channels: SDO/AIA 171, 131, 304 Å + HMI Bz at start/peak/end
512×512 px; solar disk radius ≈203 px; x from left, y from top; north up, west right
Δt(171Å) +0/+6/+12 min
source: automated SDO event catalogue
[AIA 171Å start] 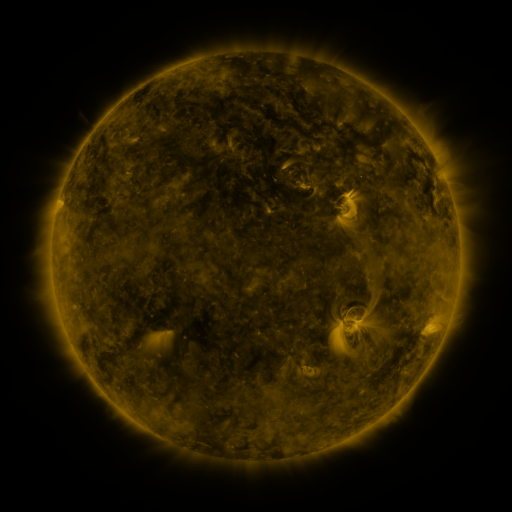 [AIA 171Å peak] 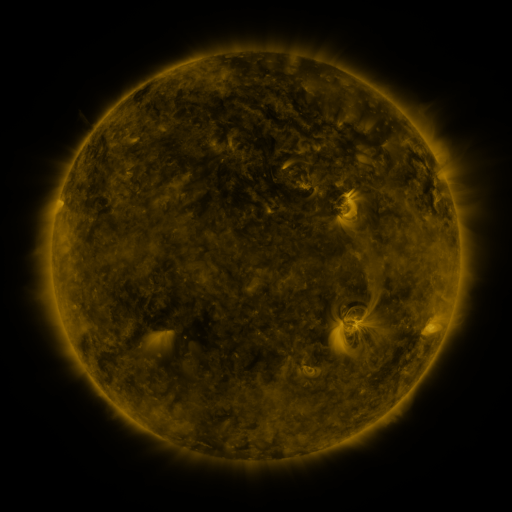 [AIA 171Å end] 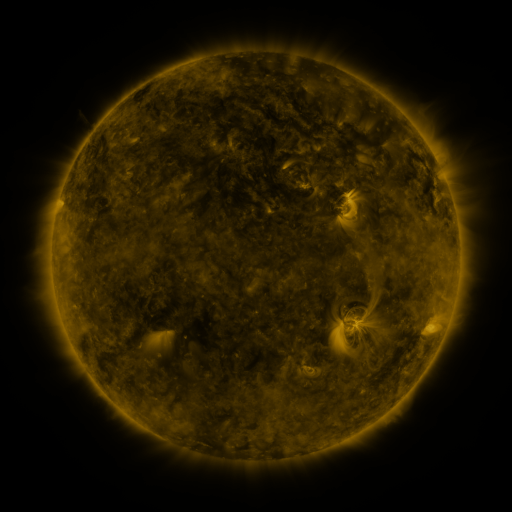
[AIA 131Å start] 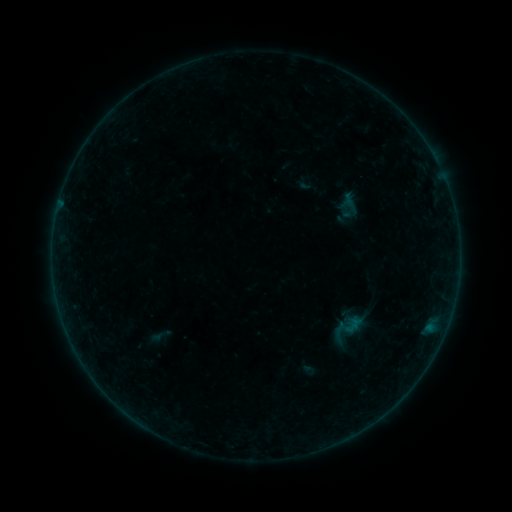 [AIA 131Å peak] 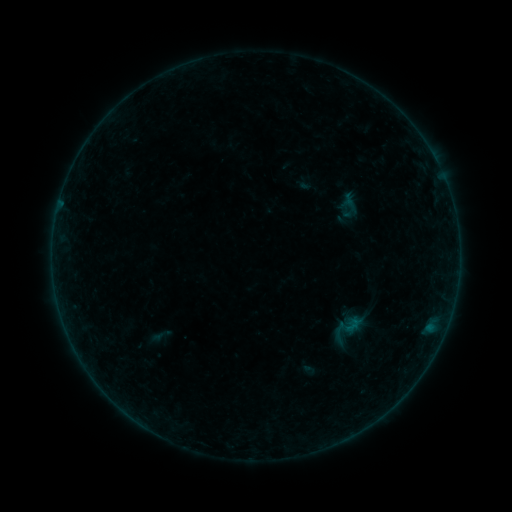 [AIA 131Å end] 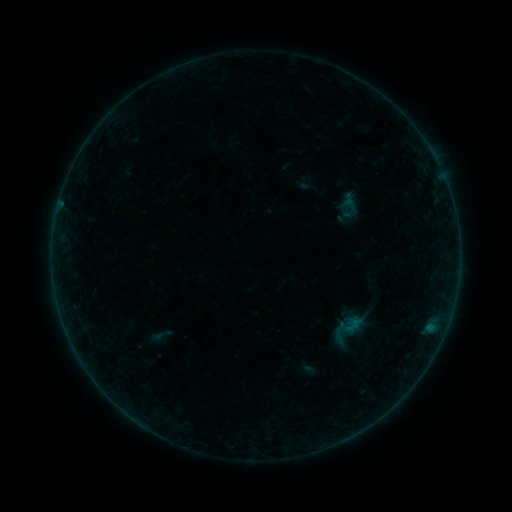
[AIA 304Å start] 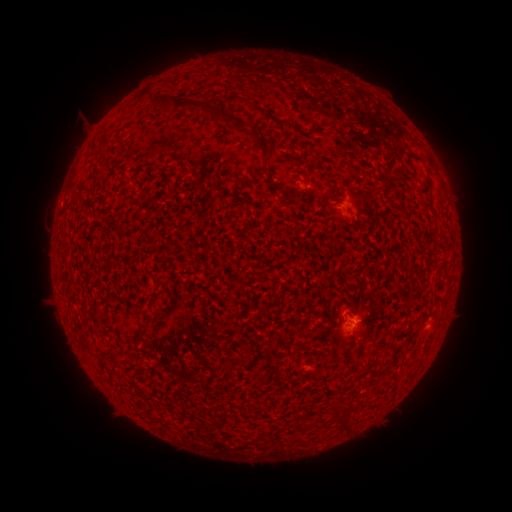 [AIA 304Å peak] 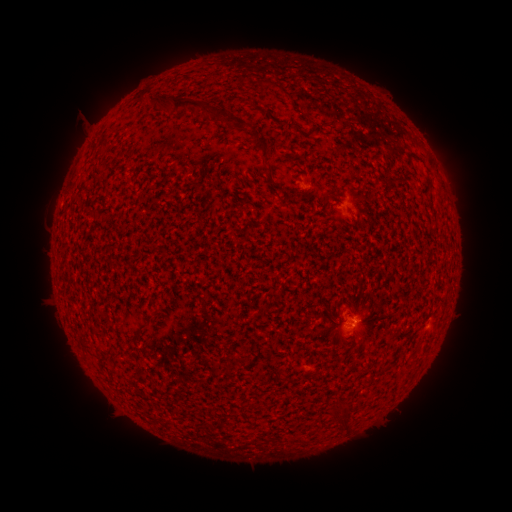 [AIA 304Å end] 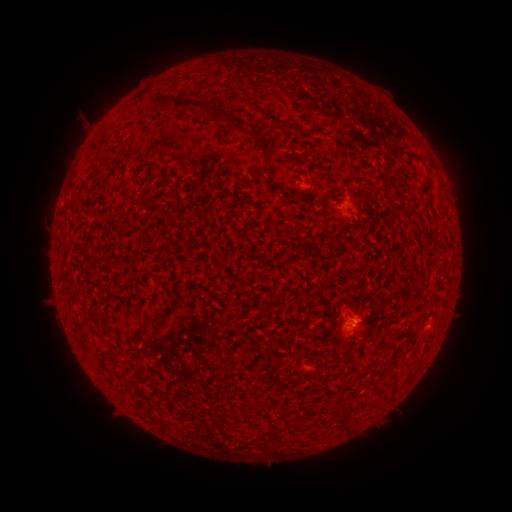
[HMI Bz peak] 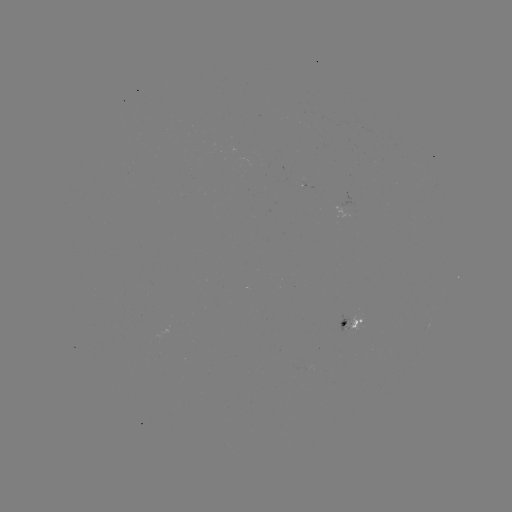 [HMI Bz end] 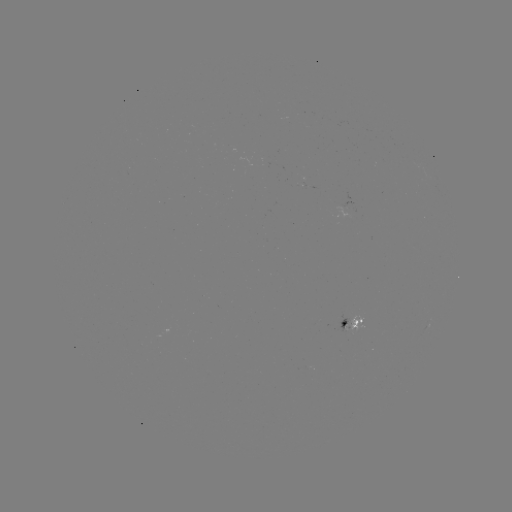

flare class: B1.1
